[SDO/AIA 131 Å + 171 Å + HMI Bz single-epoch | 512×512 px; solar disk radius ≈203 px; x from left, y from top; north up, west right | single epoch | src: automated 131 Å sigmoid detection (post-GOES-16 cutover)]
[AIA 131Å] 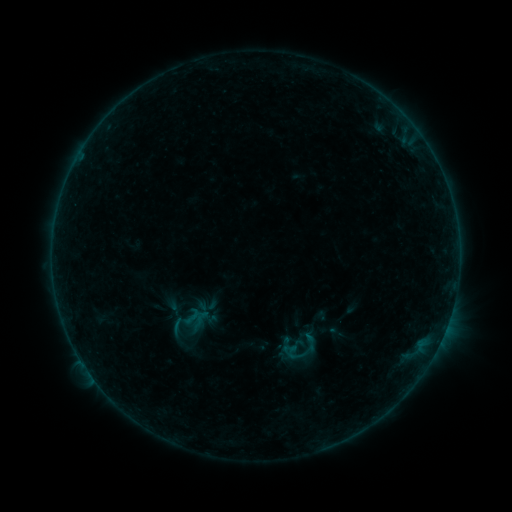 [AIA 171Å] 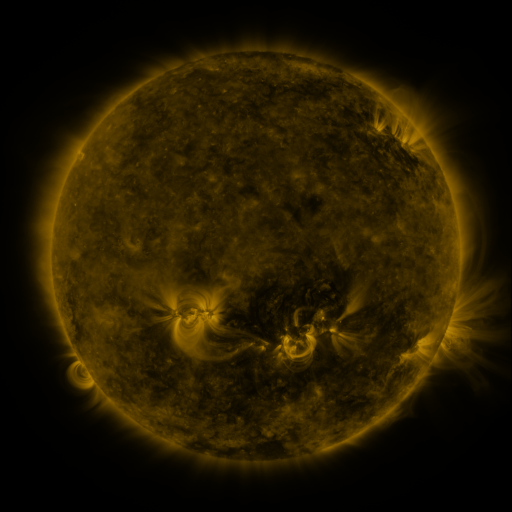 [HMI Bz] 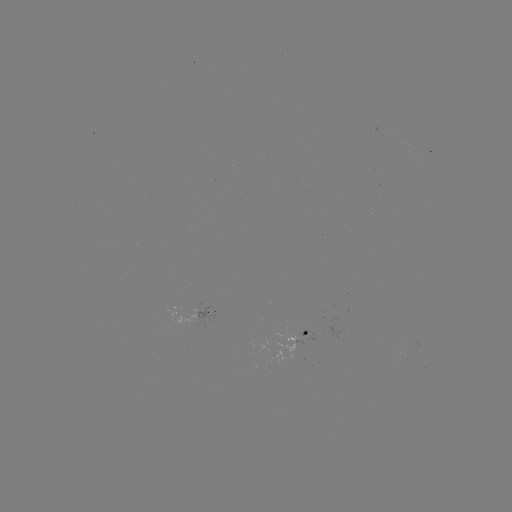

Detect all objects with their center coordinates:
sigmoid: (192, 316)
sigmoid: (292, 351)
